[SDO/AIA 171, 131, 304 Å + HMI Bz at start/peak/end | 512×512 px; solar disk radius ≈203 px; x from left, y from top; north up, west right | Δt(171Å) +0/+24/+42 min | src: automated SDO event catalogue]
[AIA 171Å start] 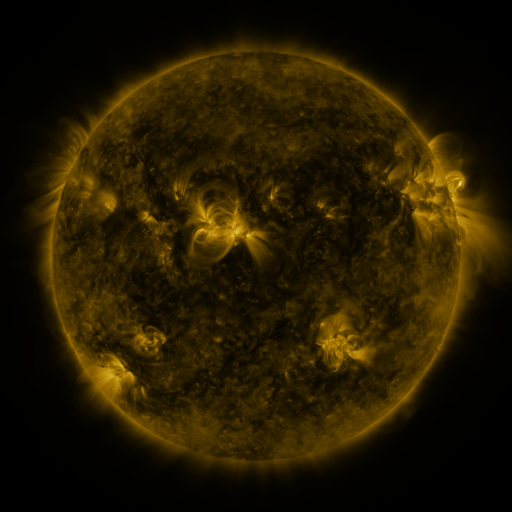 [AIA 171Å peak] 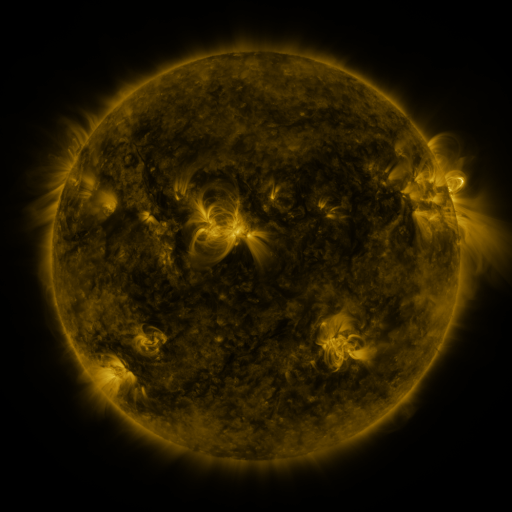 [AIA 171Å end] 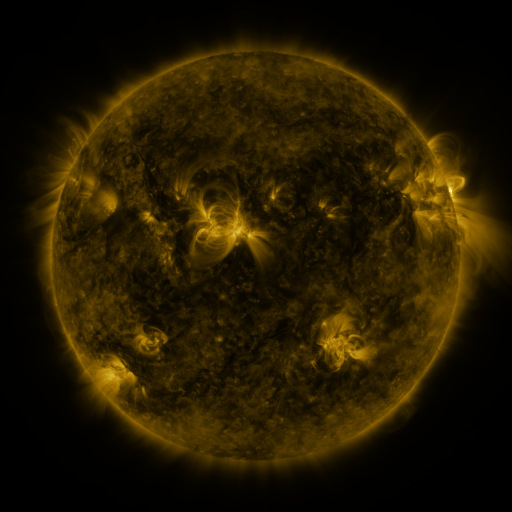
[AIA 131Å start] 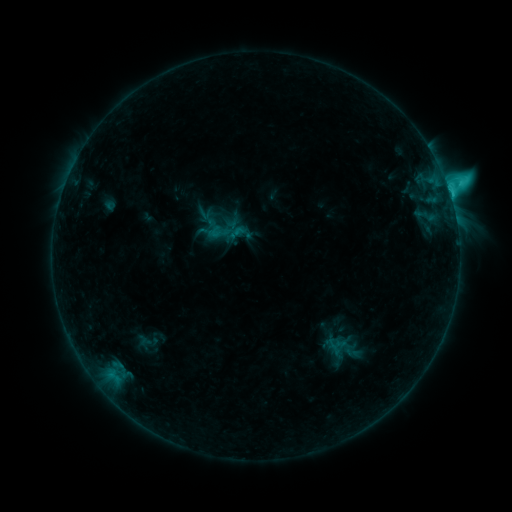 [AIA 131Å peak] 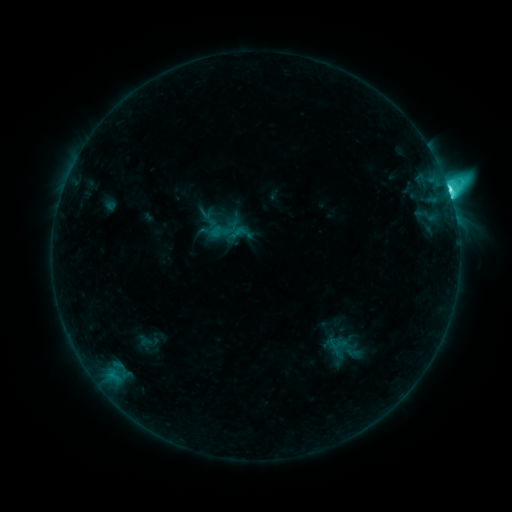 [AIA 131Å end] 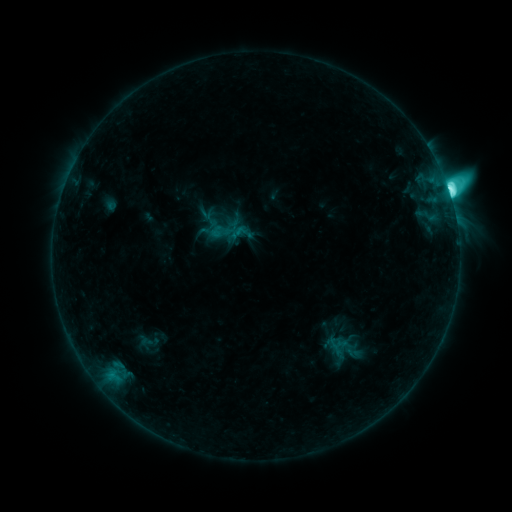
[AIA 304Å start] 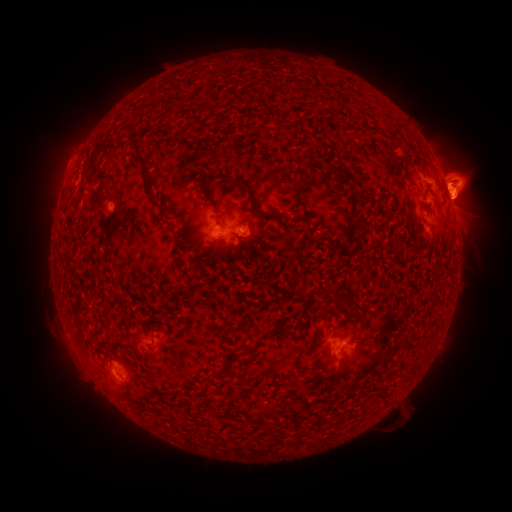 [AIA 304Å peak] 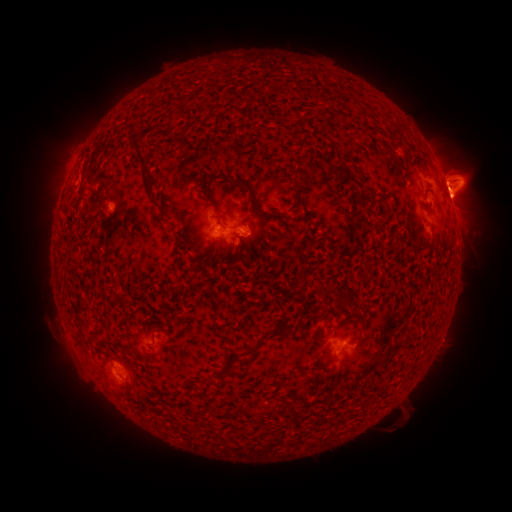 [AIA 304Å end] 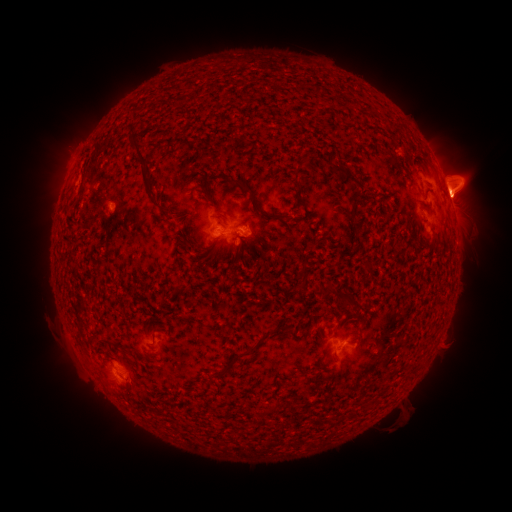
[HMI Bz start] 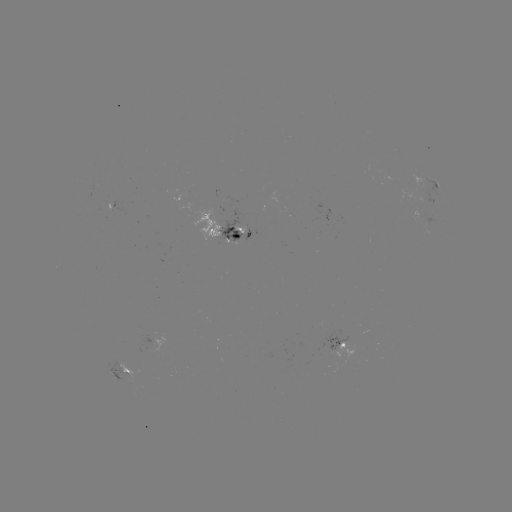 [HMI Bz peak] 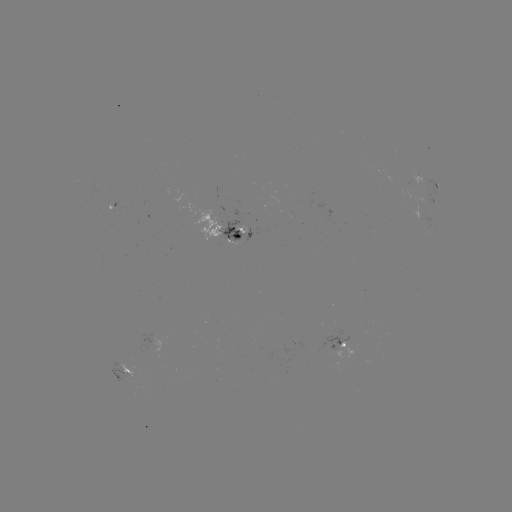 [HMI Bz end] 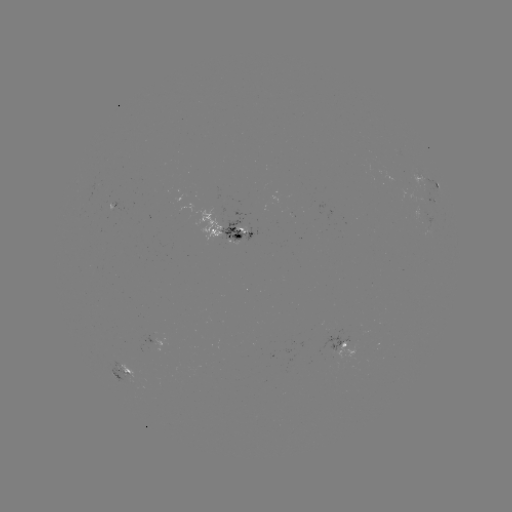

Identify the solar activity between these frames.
eruption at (464, 189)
